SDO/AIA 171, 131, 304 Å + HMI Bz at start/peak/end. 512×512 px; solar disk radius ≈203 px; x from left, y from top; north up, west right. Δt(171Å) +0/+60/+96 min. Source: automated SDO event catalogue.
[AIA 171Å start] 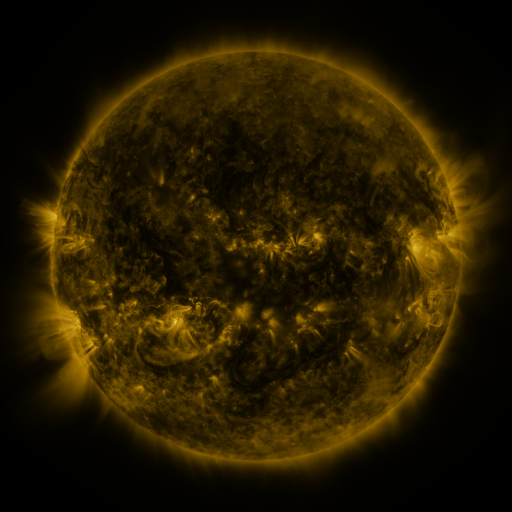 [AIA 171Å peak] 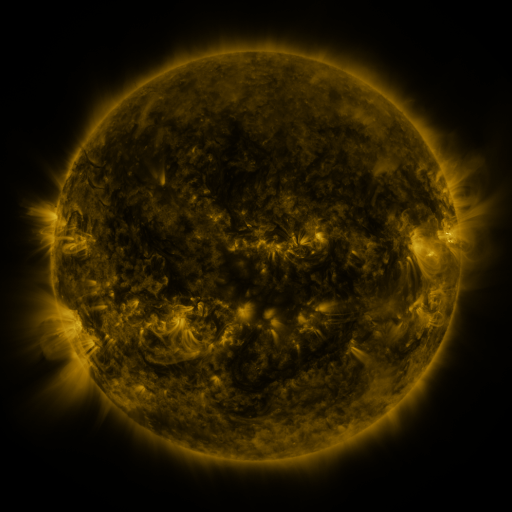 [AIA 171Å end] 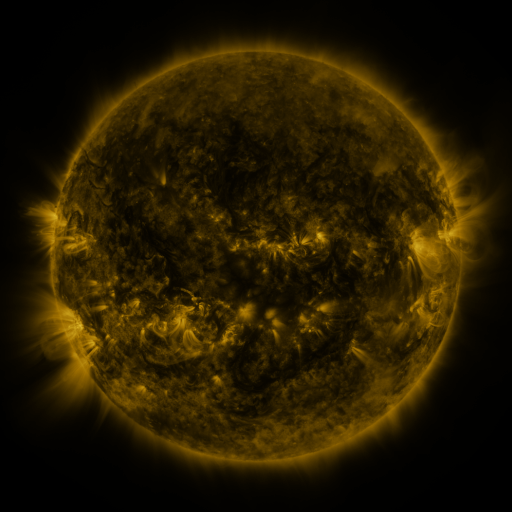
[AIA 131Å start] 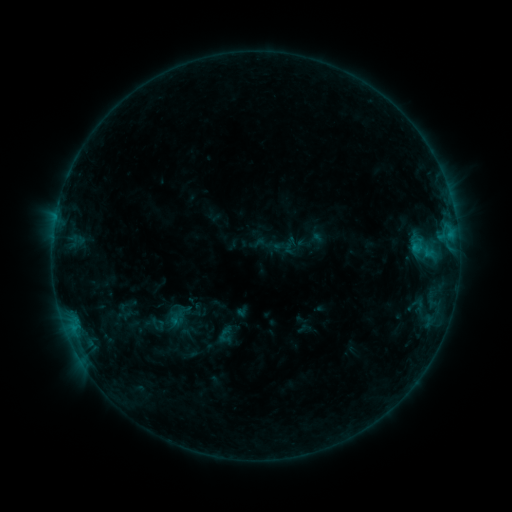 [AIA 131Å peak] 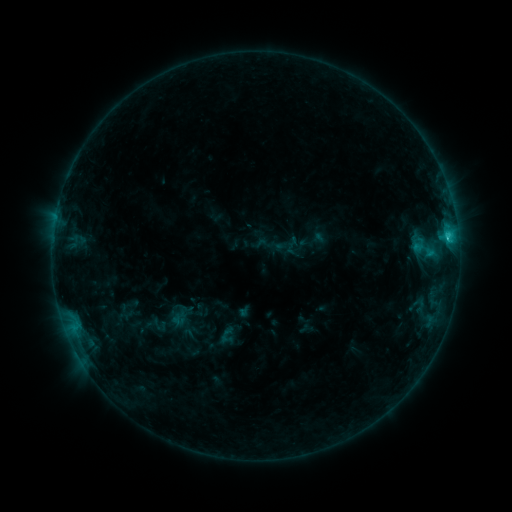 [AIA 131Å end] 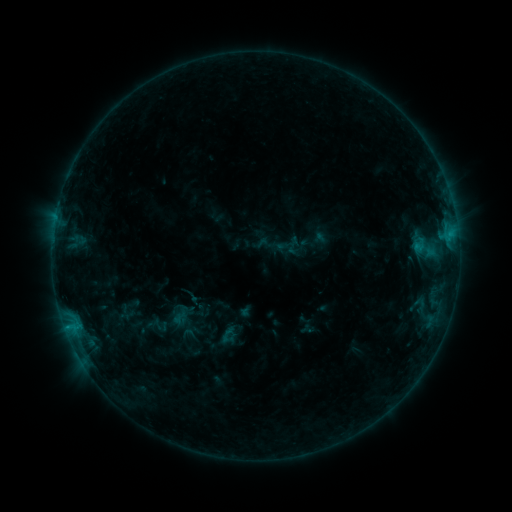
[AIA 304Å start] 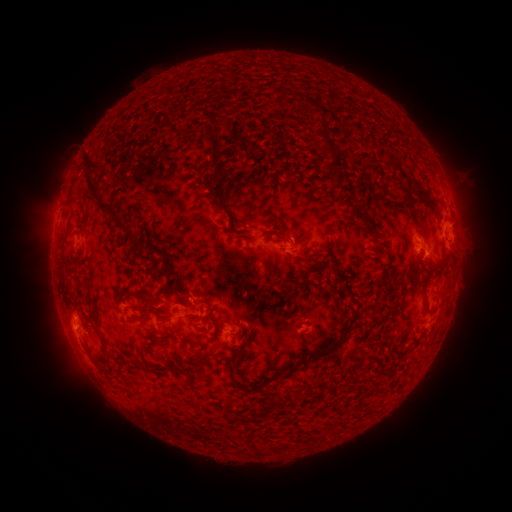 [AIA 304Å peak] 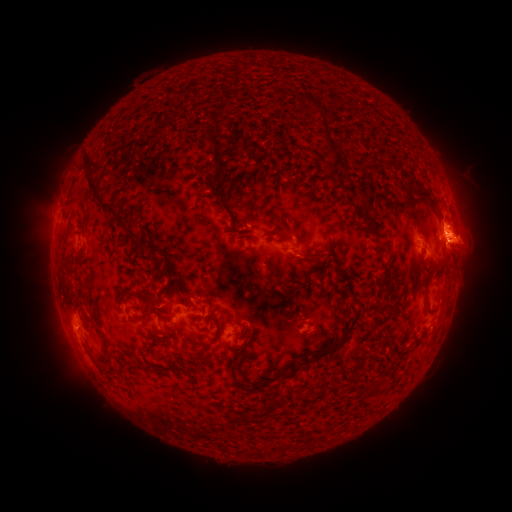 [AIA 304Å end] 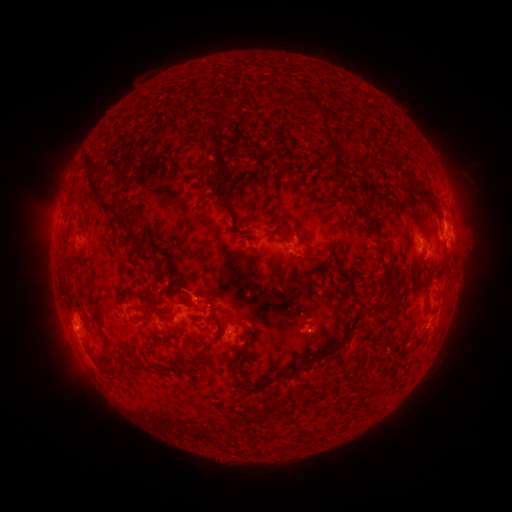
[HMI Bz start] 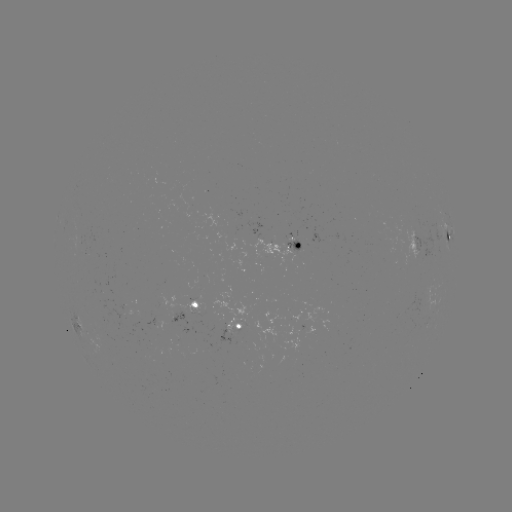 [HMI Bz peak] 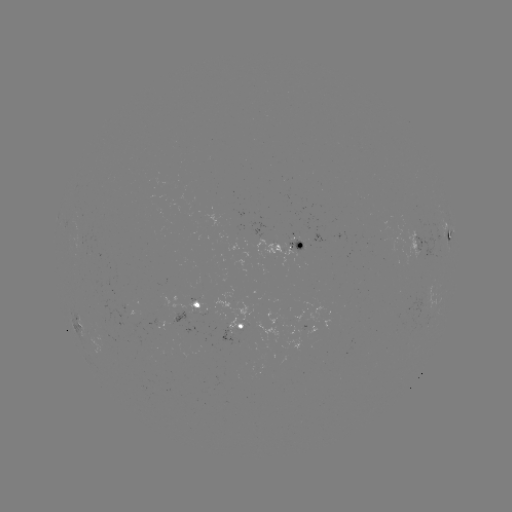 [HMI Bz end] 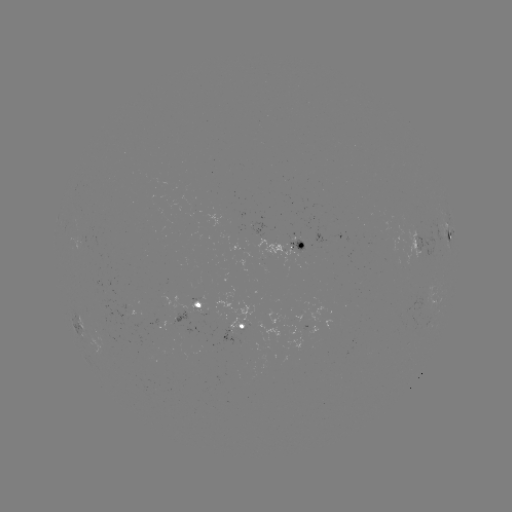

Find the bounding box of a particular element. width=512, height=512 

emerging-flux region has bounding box [288, 239, 303, 251].